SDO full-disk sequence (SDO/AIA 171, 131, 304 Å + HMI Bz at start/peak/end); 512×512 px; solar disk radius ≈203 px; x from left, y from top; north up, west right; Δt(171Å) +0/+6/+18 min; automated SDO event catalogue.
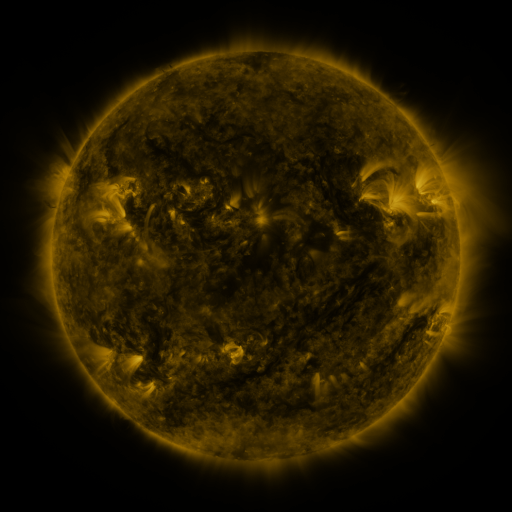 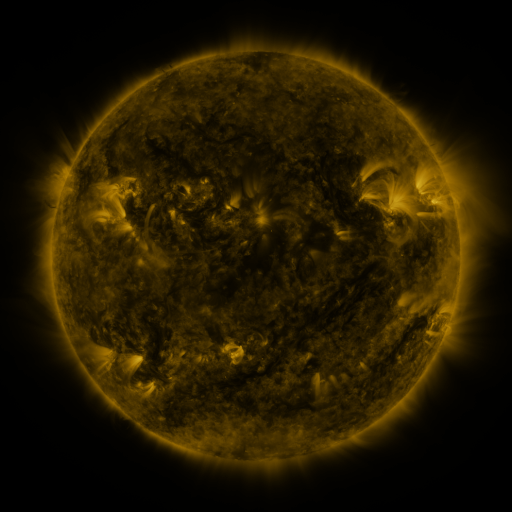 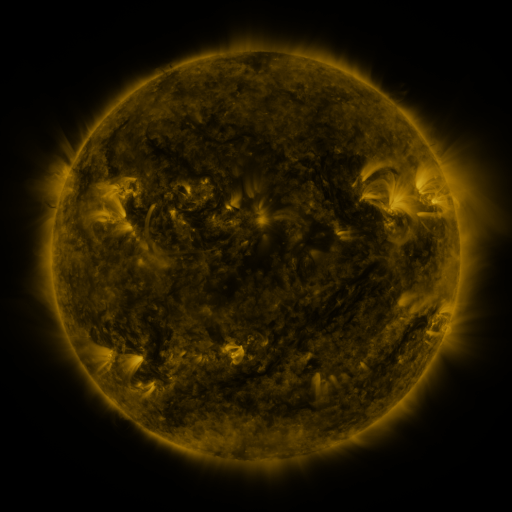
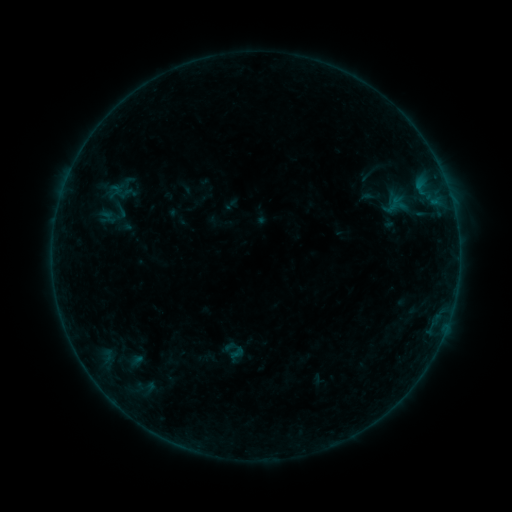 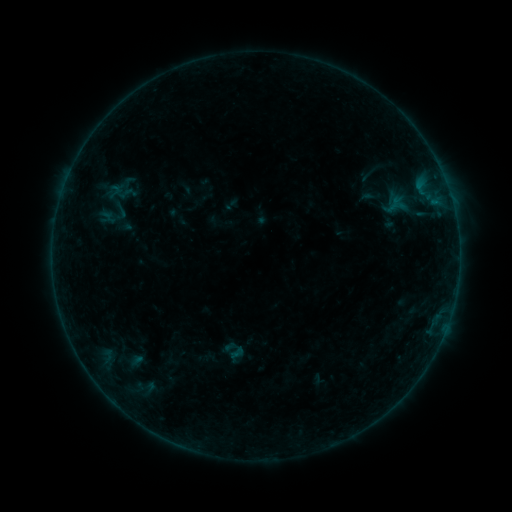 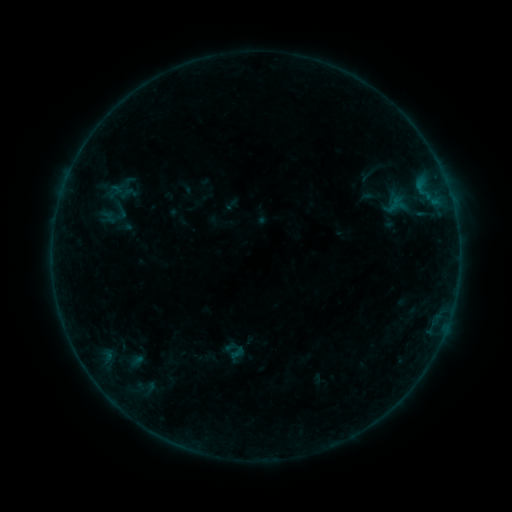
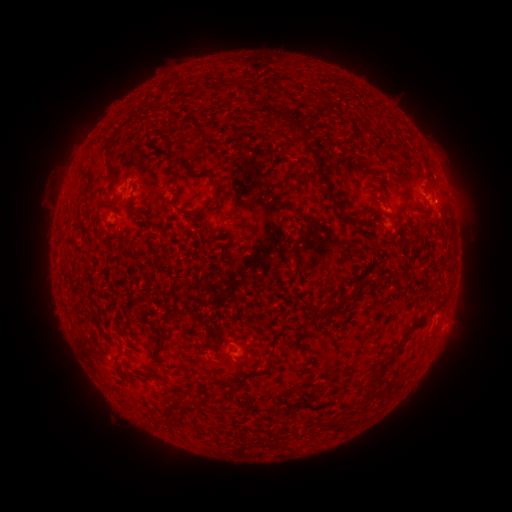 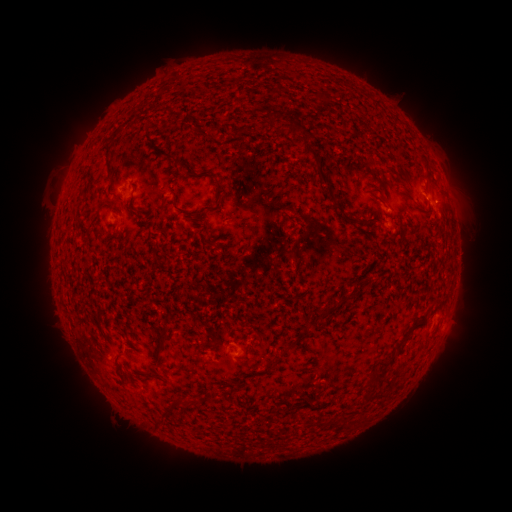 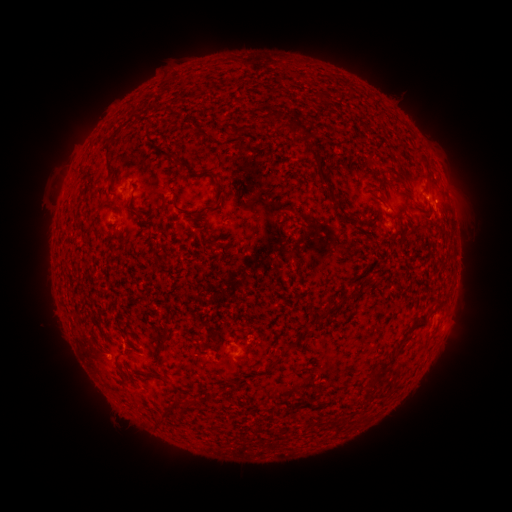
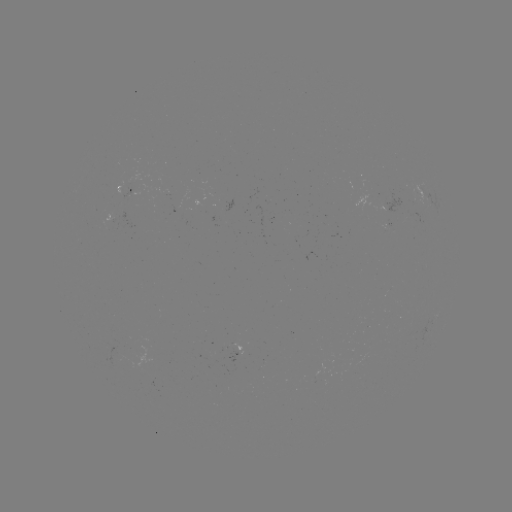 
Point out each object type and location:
eruption: (101, 358)
